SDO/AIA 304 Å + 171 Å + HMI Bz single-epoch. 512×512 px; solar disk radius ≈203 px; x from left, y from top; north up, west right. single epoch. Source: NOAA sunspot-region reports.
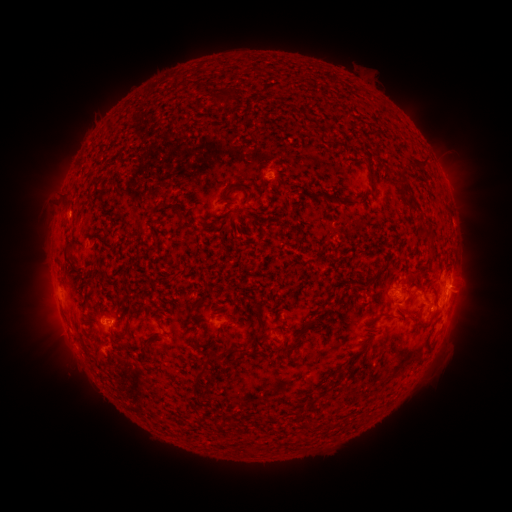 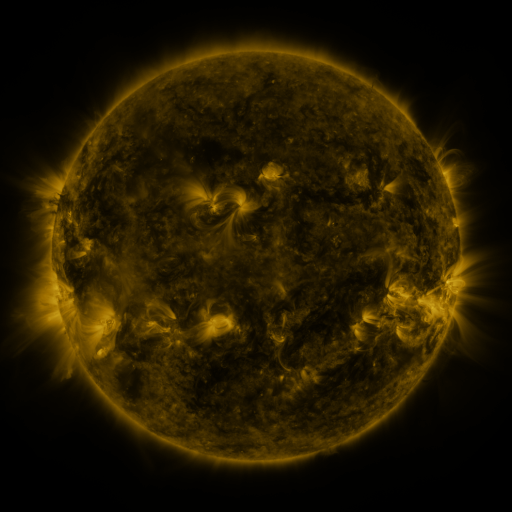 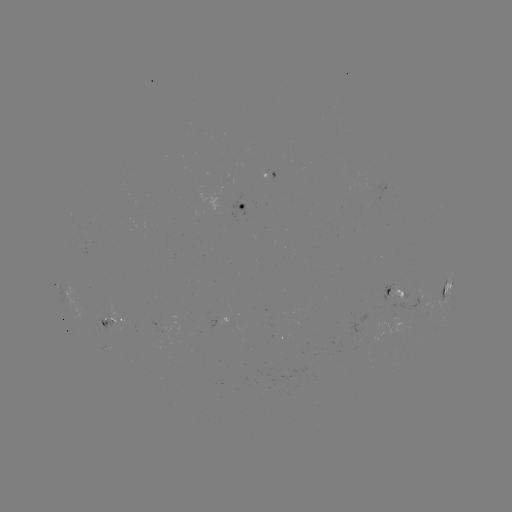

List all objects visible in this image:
spotted active region: (242, 208)
spotted active region: (449, 289)
spotted active region: (396, 294)
spotted active region: (112, 321)
